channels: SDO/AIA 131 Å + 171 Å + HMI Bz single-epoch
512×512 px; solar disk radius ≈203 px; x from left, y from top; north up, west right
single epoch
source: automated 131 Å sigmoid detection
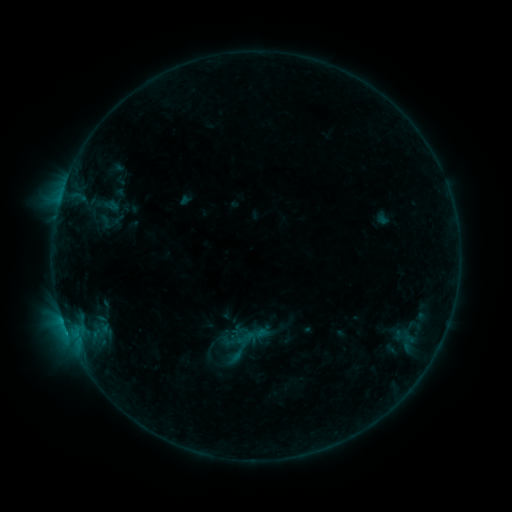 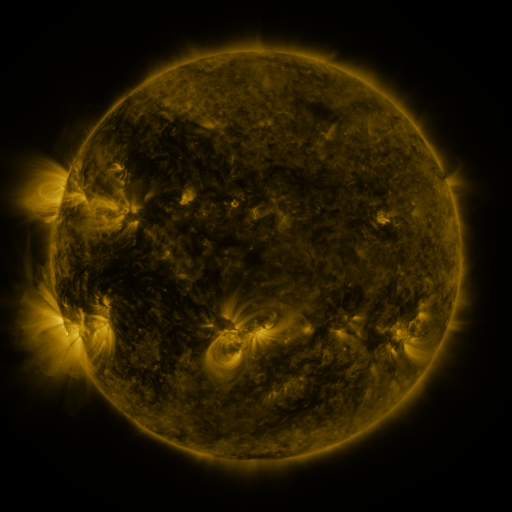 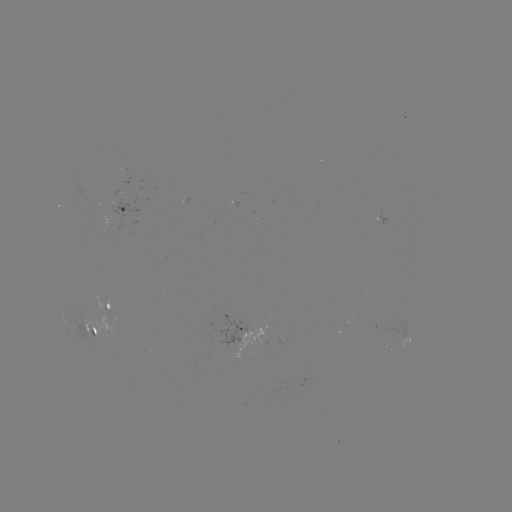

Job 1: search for sigmoid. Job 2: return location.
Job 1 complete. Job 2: (245, 338).